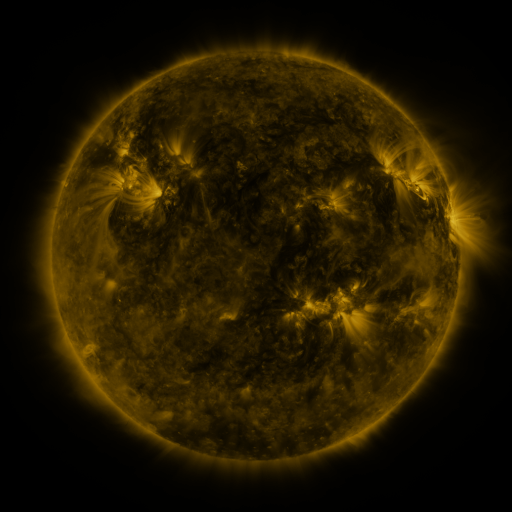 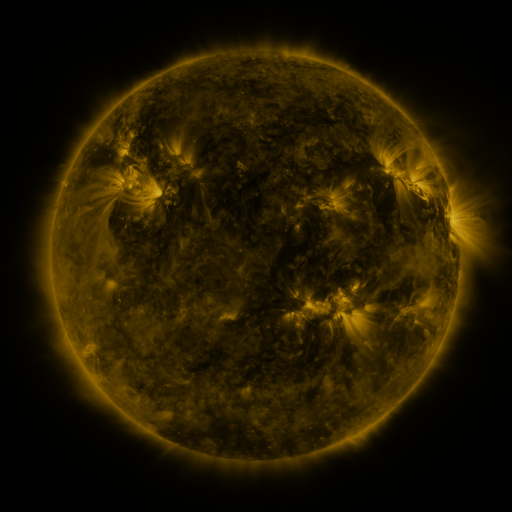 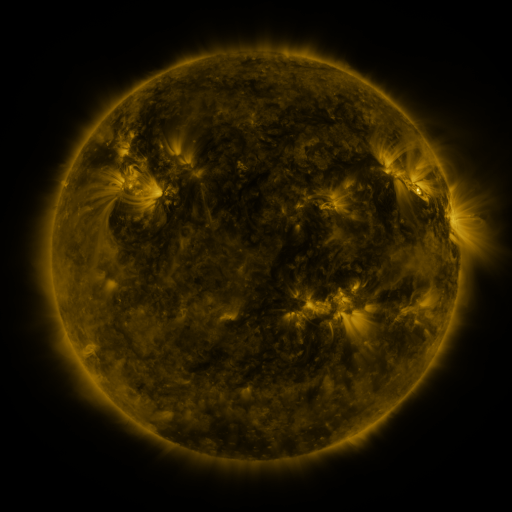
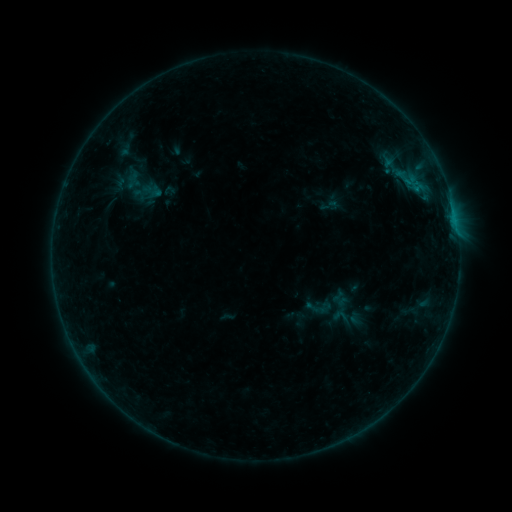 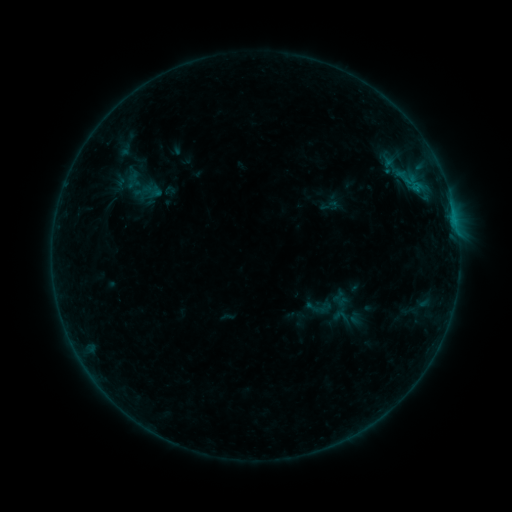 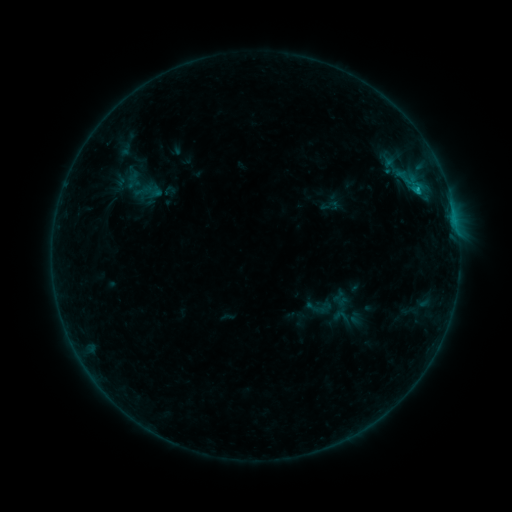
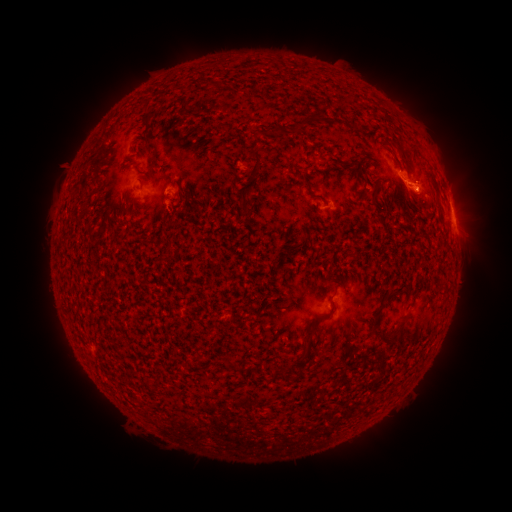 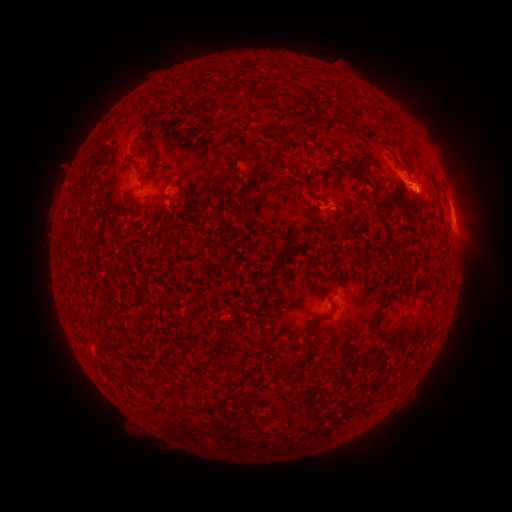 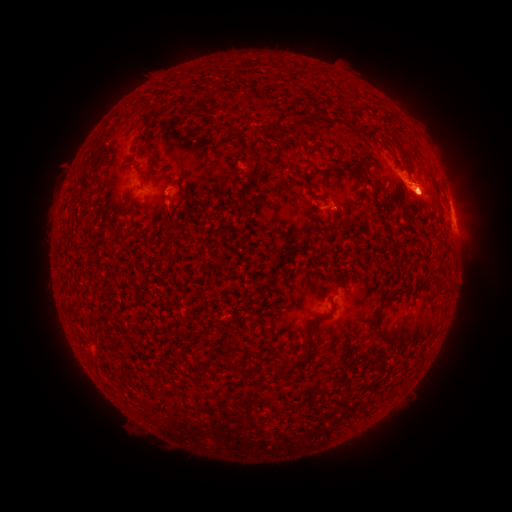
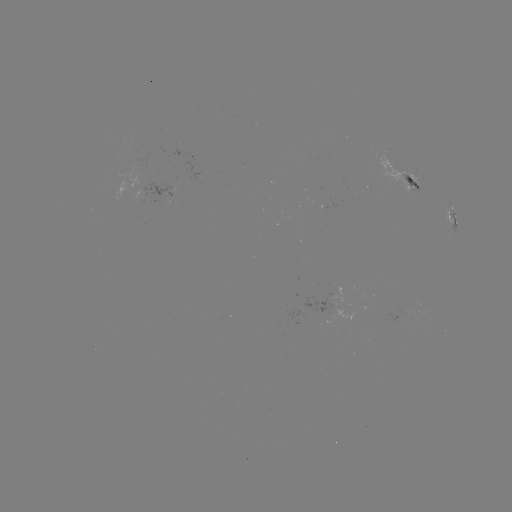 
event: flare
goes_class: B8.9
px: (419, 193)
